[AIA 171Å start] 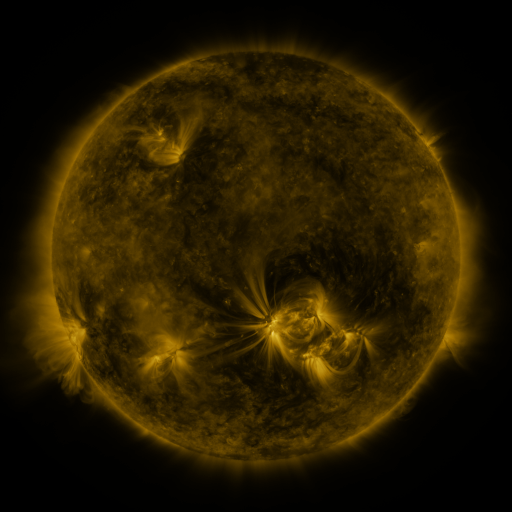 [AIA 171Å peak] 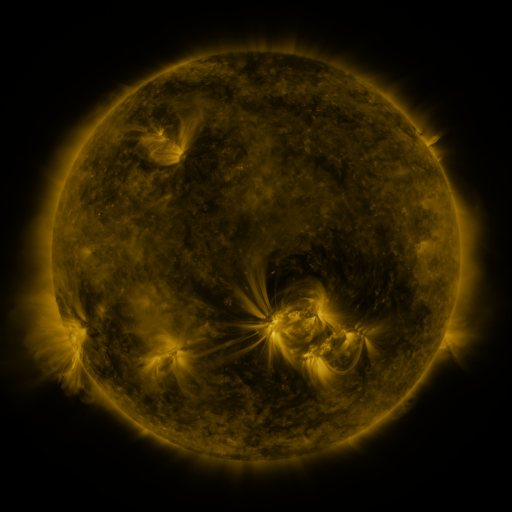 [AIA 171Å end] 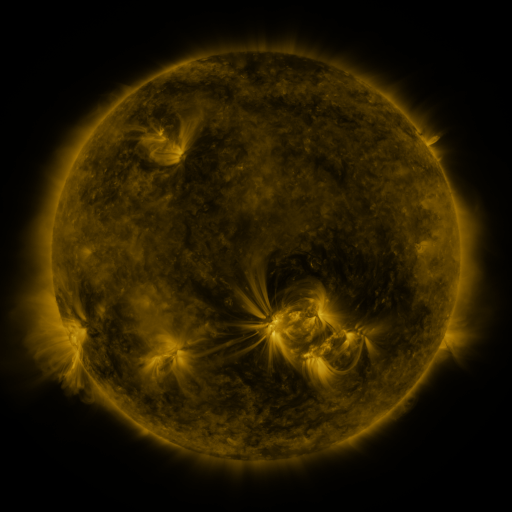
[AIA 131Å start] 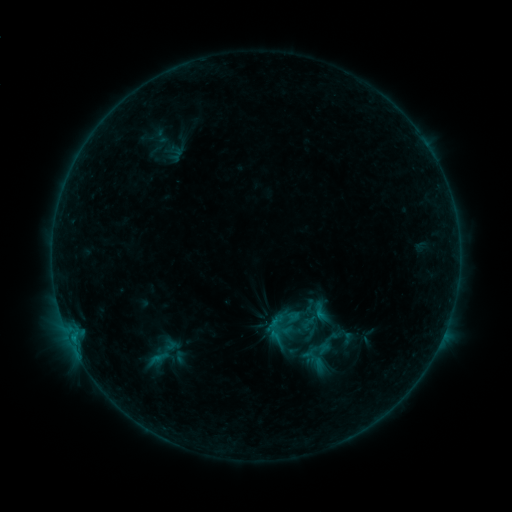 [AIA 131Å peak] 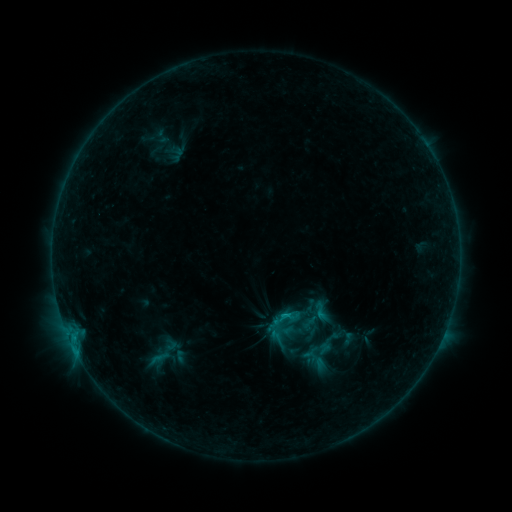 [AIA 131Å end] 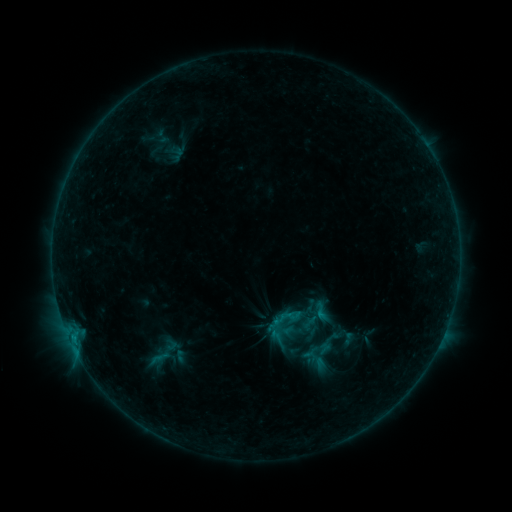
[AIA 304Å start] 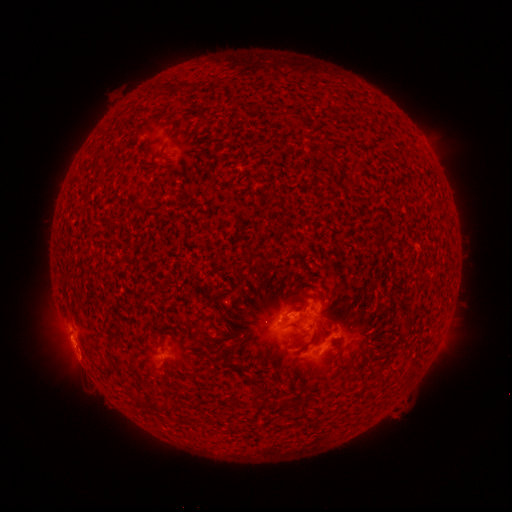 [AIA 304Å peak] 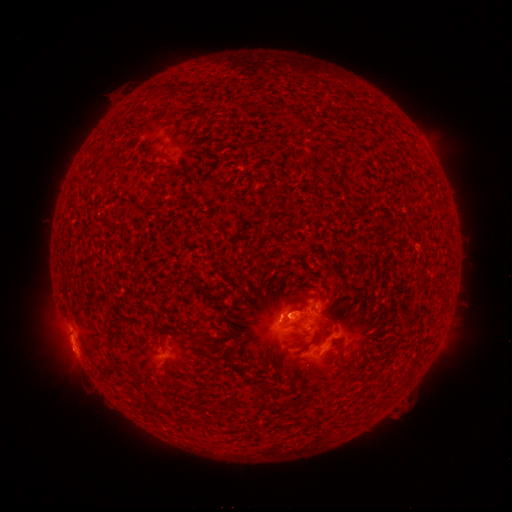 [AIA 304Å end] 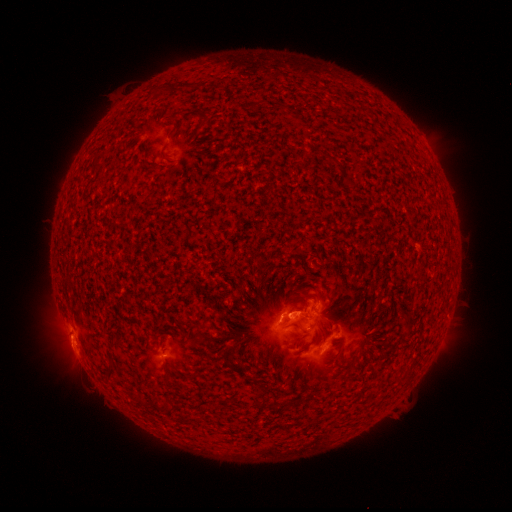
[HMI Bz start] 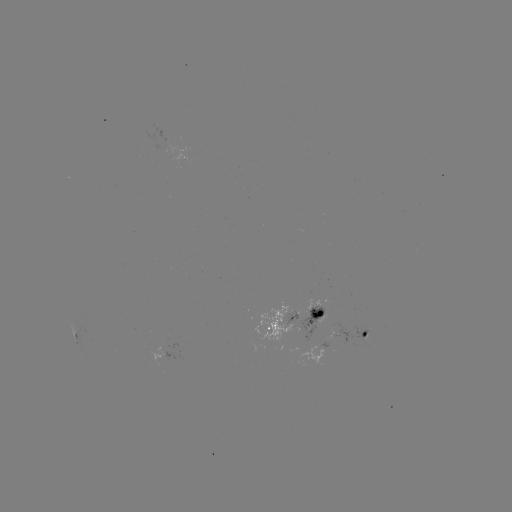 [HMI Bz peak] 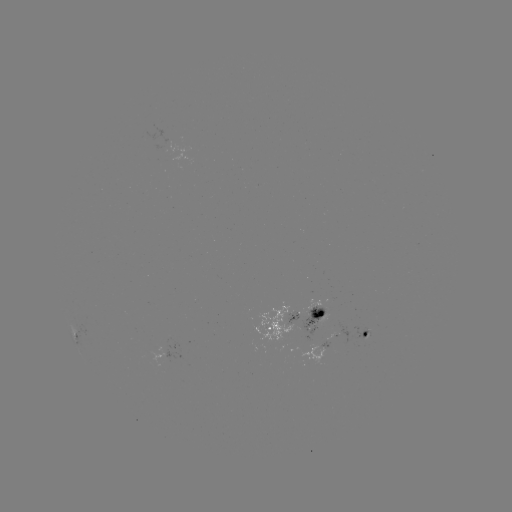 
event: flare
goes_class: B9.2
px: (283, 315)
